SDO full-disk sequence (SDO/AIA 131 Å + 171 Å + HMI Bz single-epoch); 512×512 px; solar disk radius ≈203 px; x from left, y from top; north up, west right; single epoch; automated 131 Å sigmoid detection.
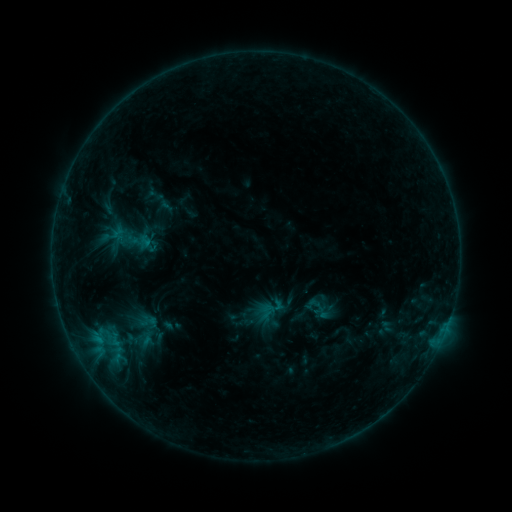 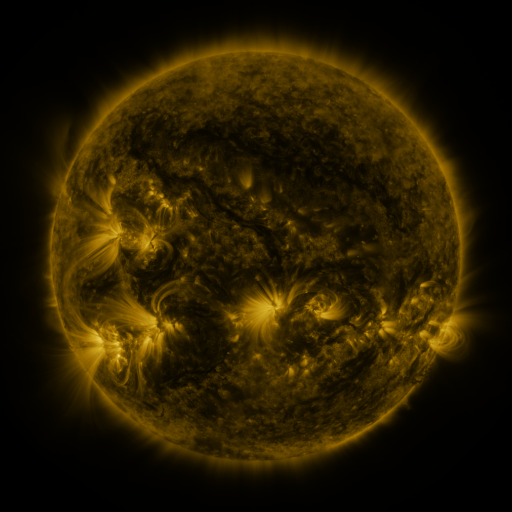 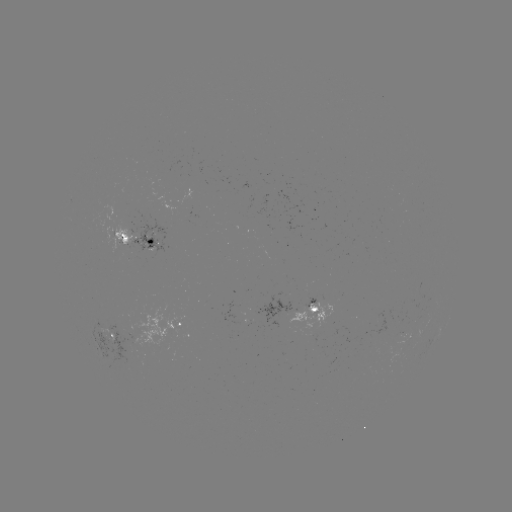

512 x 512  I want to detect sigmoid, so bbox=[146, 185, 164, 204].